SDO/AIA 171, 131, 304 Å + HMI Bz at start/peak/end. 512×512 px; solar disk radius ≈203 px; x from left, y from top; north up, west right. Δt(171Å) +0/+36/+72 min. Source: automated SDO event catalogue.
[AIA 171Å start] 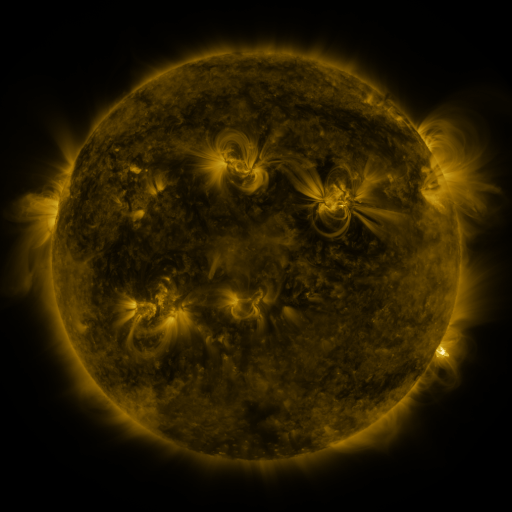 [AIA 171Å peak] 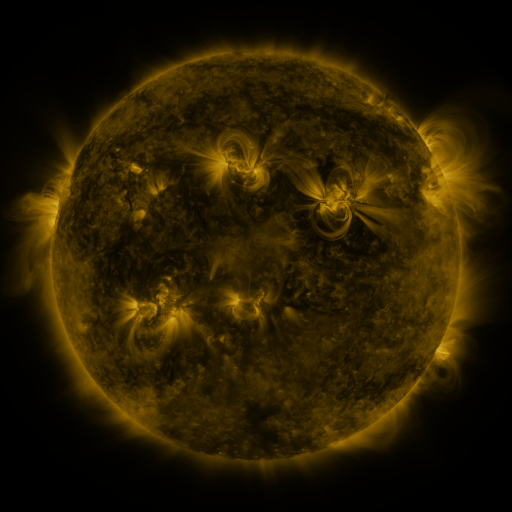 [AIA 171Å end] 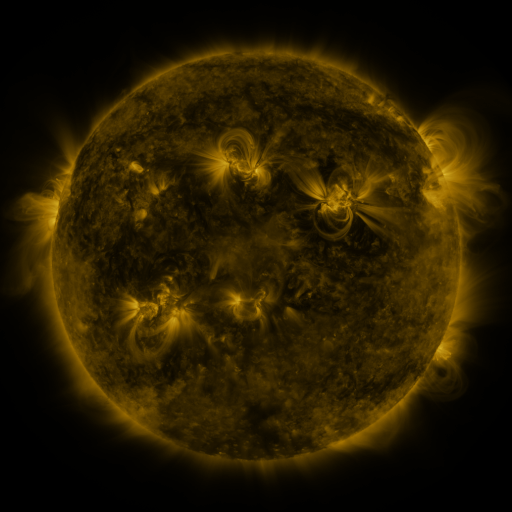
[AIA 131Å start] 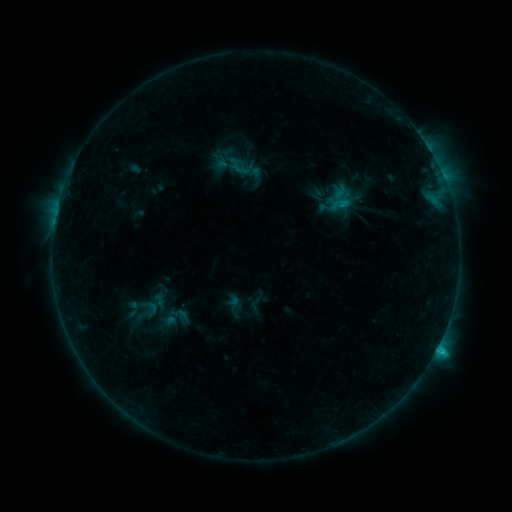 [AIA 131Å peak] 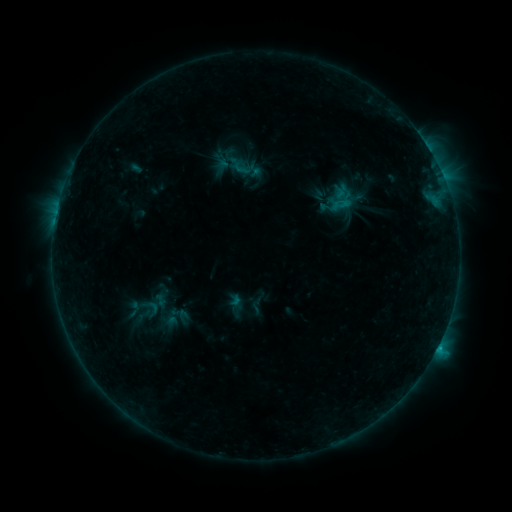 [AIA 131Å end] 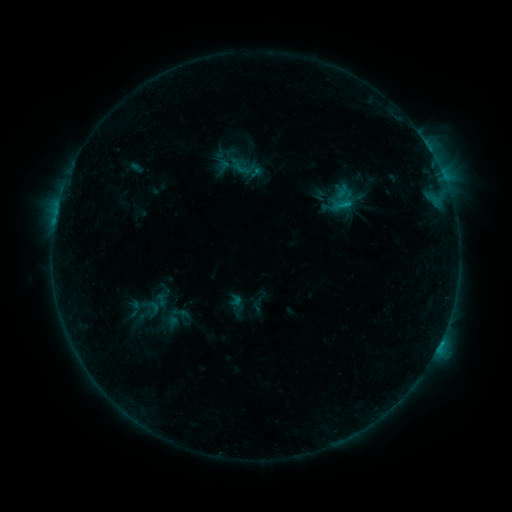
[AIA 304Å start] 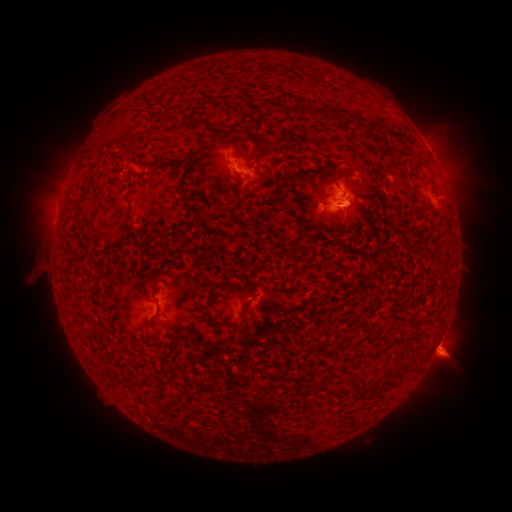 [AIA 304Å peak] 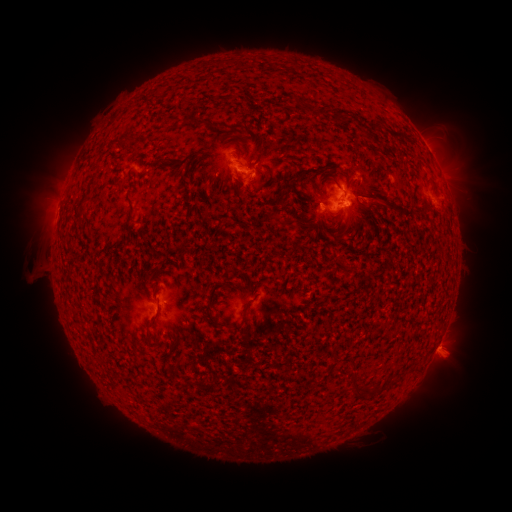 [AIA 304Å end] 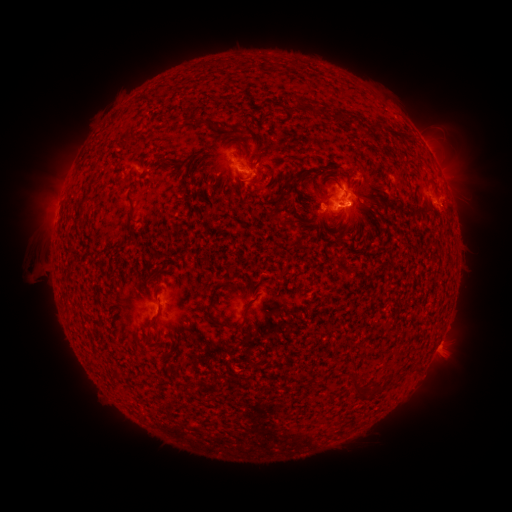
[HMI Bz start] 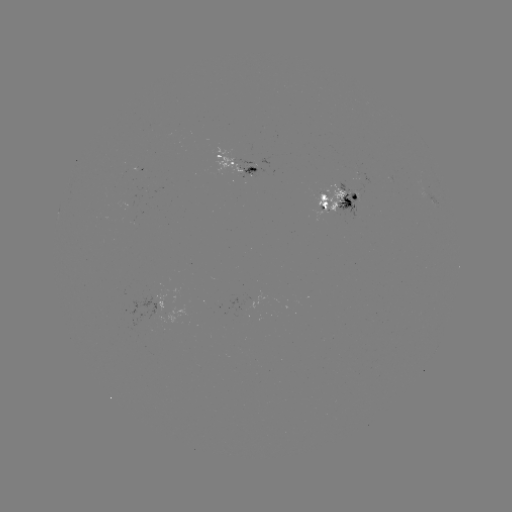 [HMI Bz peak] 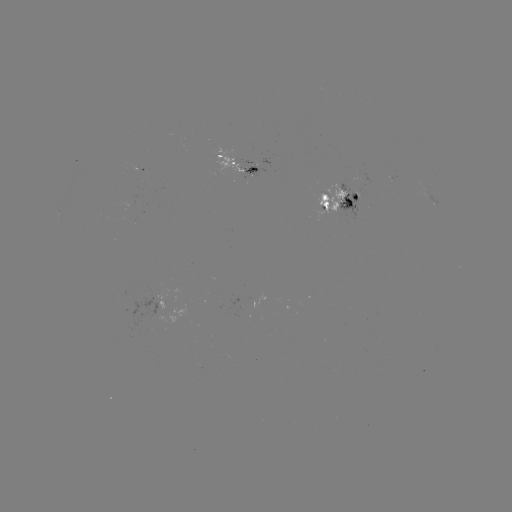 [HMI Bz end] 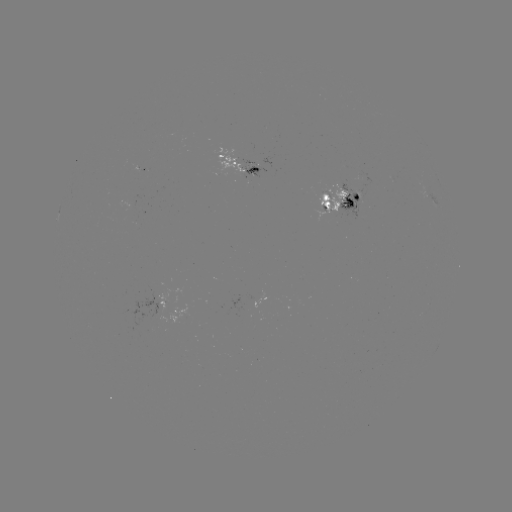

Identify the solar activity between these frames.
emerging-flux region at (253, 169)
